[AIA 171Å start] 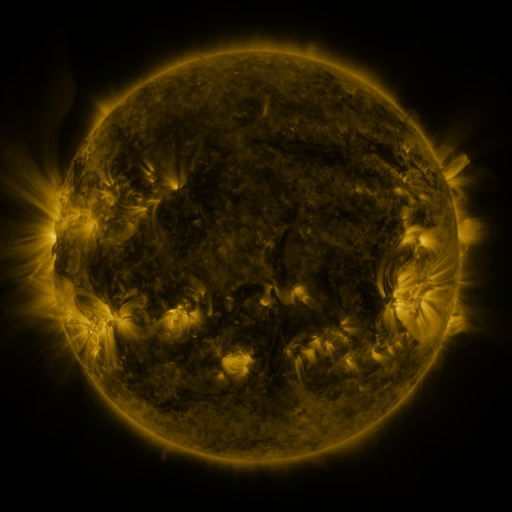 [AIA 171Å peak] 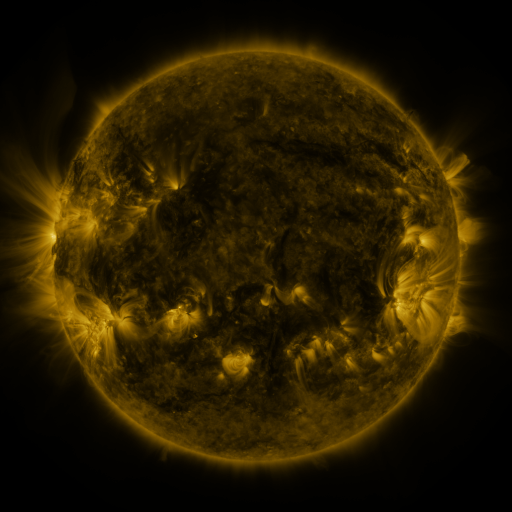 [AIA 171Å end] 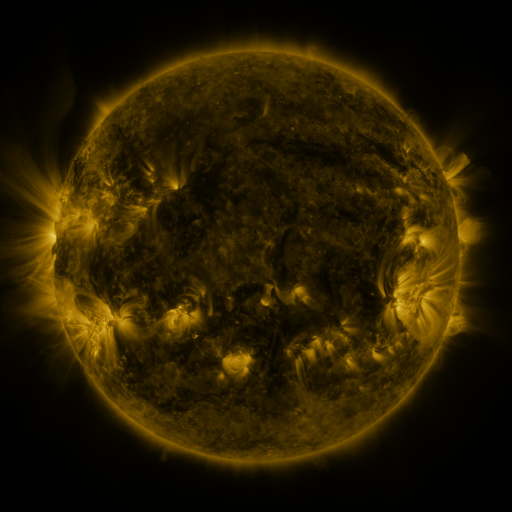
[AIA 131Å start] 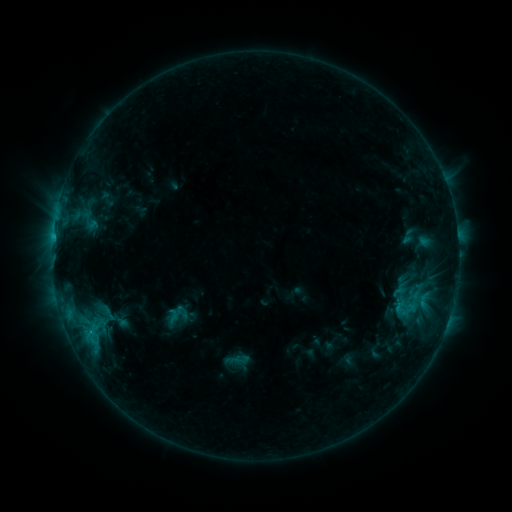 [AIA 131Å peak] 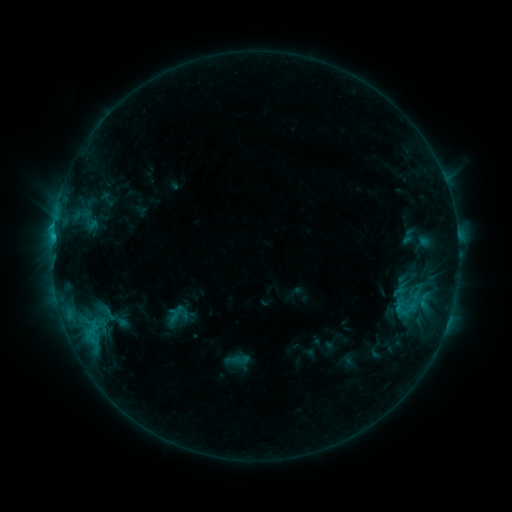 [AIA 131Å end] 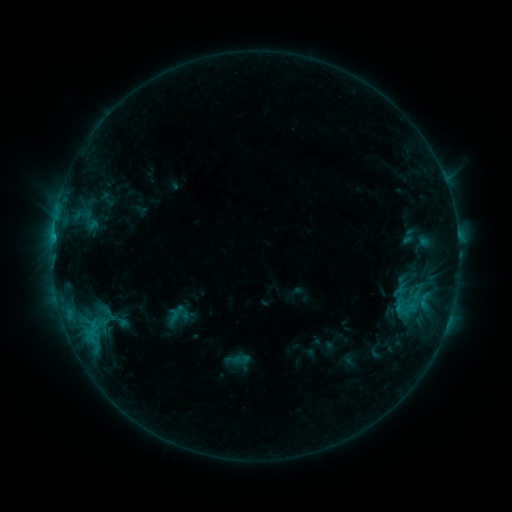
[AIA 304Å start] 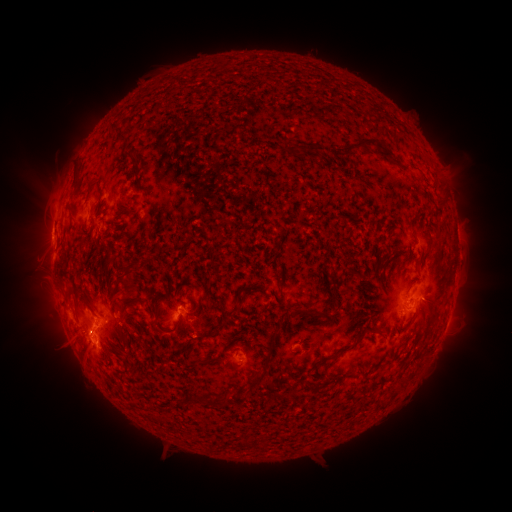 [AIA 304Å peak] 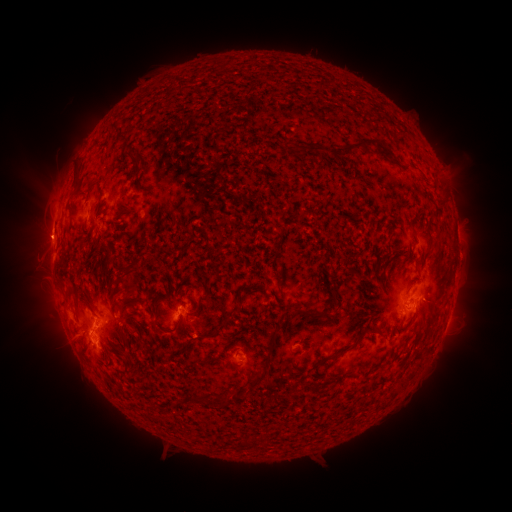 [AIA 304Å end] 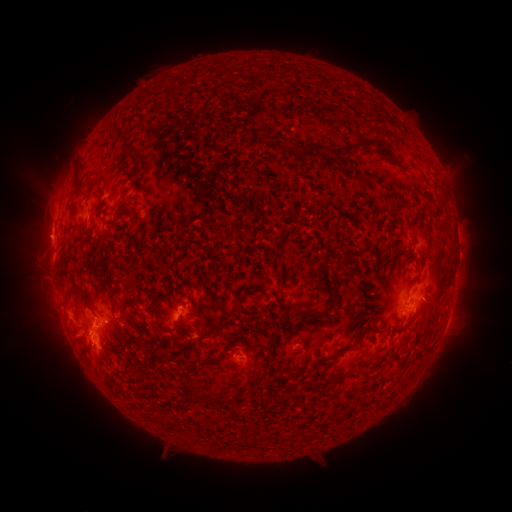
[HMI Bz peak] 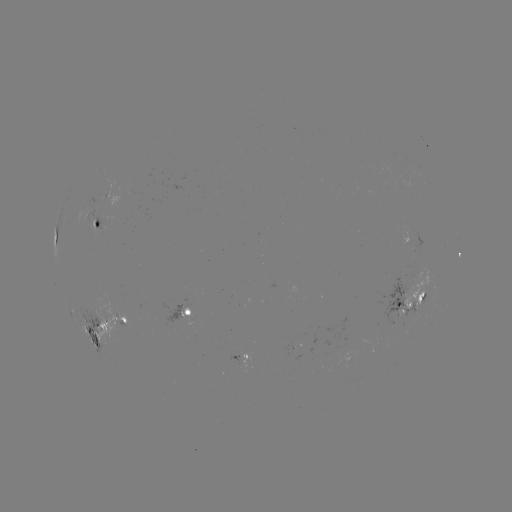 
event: flare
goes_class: C1.2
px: (92, 327)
